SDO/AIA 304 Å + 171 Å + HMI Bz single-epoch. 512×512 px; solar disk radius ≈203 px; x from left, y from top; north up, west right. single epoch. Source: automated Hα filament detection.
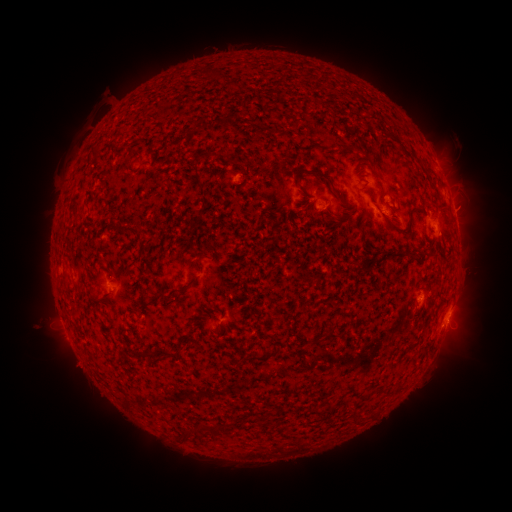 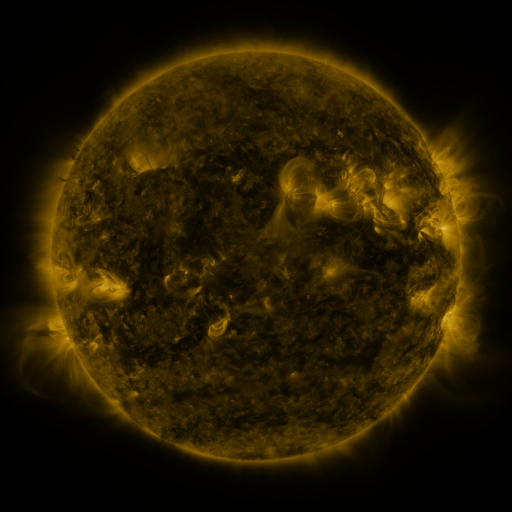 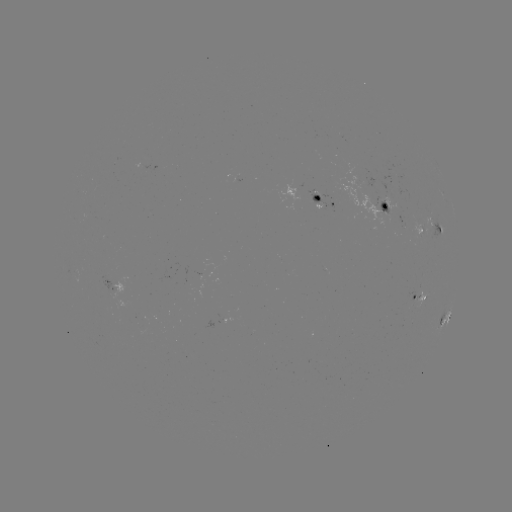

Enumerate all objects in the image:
filament: (223, 82, 238, 92)
filament: (346, 143, 356, 150)
filament: (123, 162, 136, 176)
filament: (308, 166, 345, 206)
filament: (293, 168, 308, 199)
filament: (282, 208, 291, 222)
filament: (395, 223, 407, 232)
filament: (119, 226, 142, 240)
filament: (425, 243, 434, 254)
filament: (391, 248, 405, 258)
filament: (140, 272, 150, 283)
filament: (182, 276, 198, 292)
filament: (326, 298, 337, 310)
filament: (124, 315, 132, 328)
filament: (193, 319, 204, 326)
filament: (323, 328, 338, 339)
filament: (264, 334, 283, 360)
filament: (155, 347, 176, 359)
filament: (144, 349, 155, 359)
filament: (354, 411, 363, 423)
filament: (181, 421, 231, 442)
